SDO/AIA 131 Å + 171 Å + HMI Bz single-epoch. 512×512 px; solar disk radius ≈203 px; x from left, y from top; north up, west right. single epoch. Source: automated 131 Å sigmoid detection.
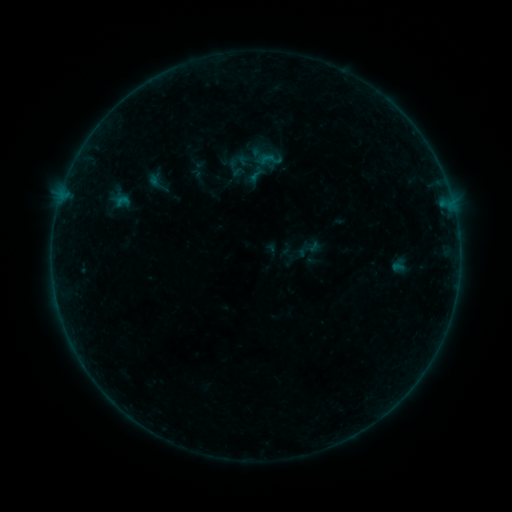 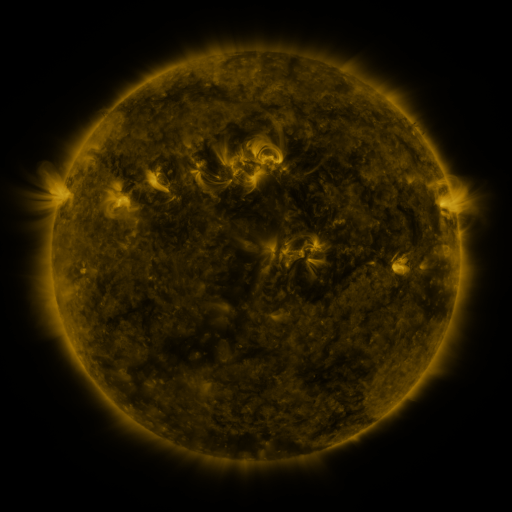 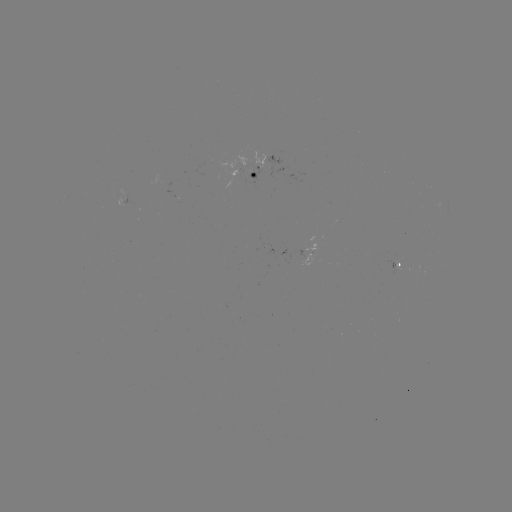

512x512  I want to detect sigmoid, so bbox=[255, 145, 285, 174].